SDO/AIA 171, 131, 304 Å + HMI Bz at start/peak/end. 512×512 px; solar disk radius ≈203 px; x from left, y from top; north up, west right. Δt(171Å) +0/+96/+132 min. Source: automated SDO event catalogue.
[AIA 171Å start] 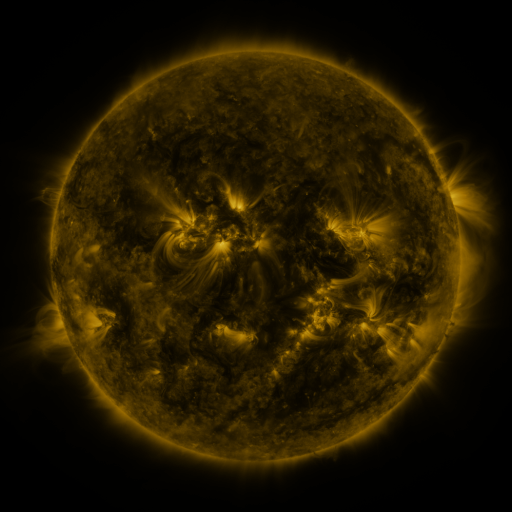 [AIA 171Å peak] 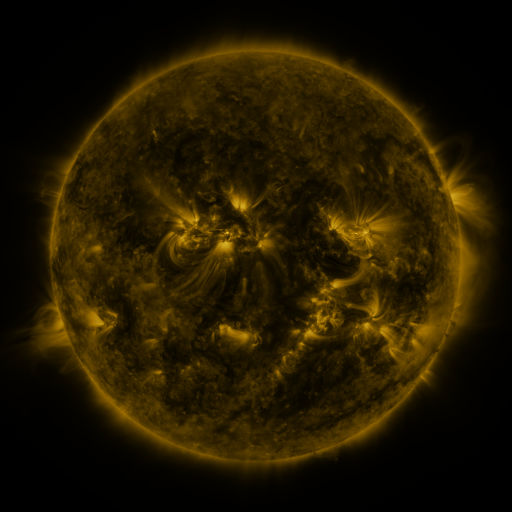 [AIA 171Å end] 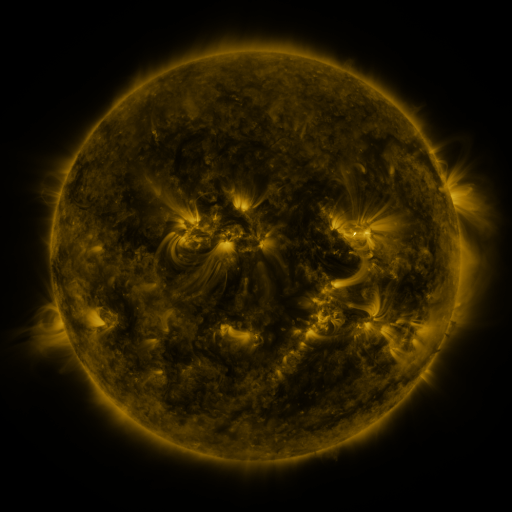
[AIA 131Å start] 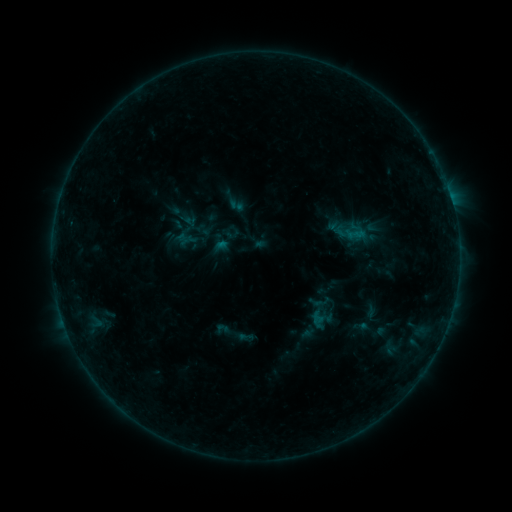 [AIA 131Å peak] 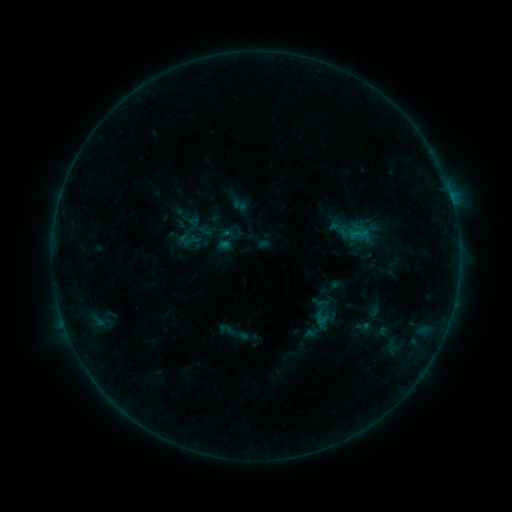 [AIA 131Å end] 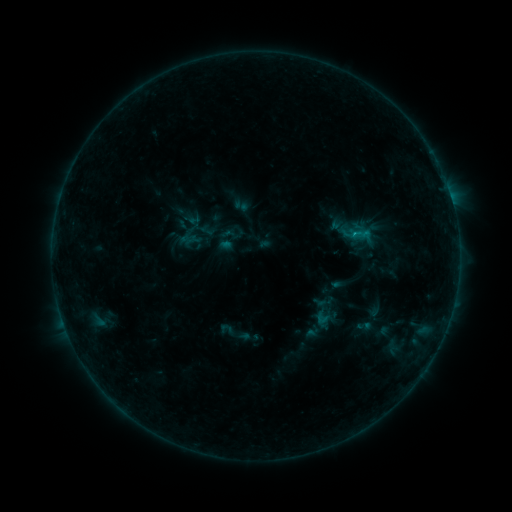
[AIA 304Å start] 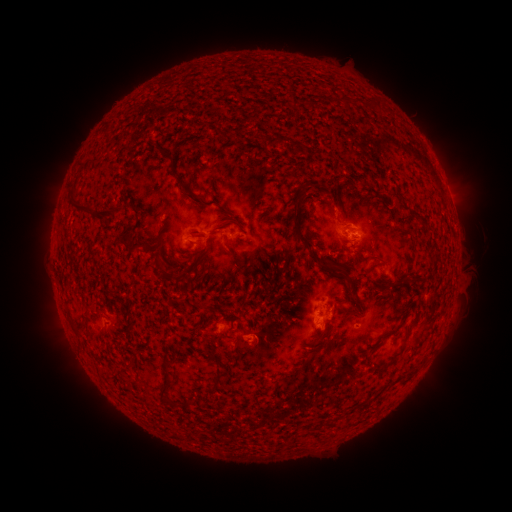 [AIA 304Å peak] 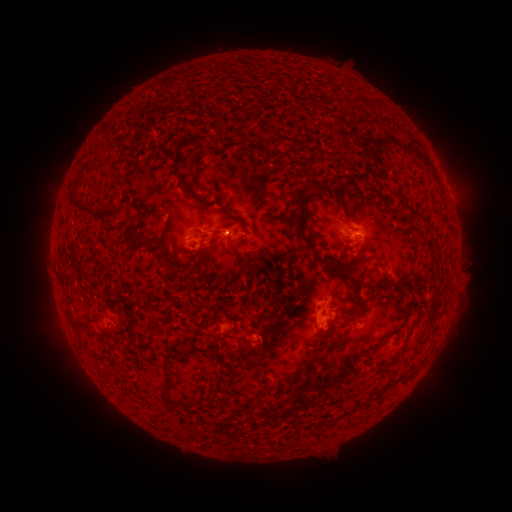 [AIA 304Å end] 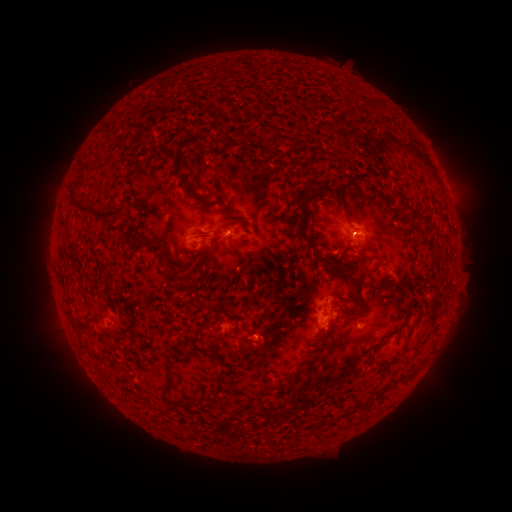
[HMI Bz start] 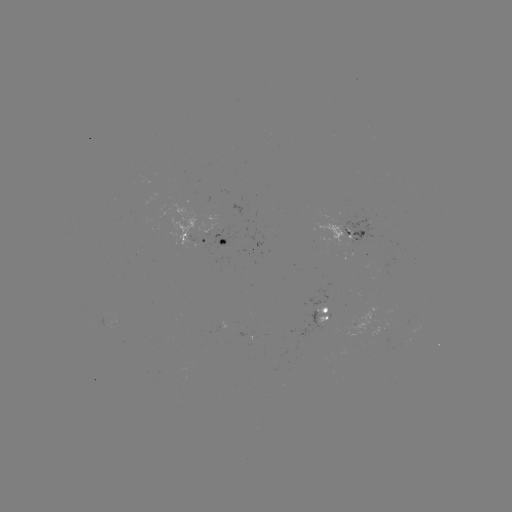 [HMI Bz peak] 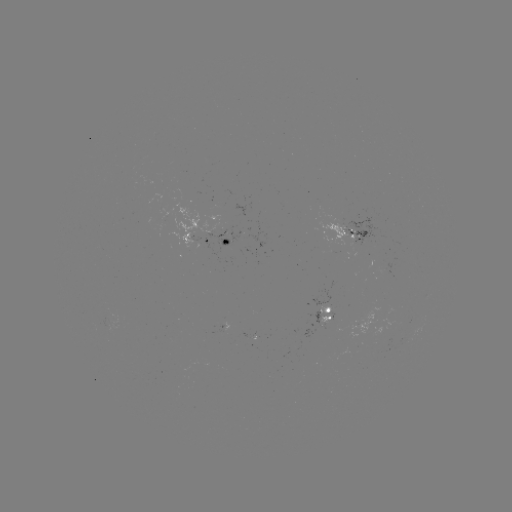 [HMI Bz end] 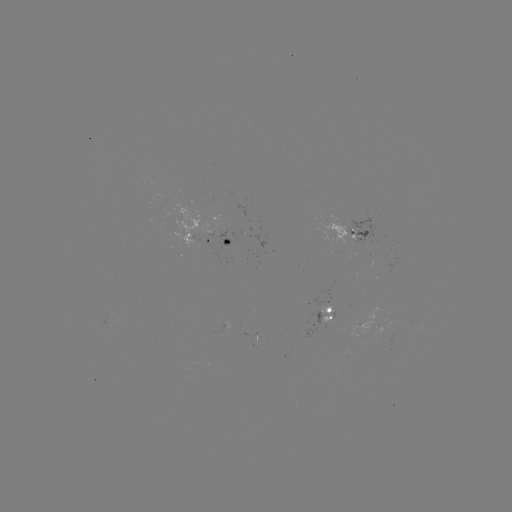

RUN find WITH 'emerging-flux region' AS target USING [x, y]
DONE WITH [360, 241] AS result